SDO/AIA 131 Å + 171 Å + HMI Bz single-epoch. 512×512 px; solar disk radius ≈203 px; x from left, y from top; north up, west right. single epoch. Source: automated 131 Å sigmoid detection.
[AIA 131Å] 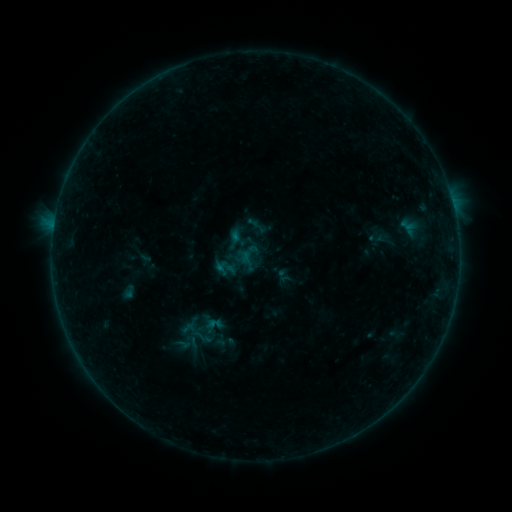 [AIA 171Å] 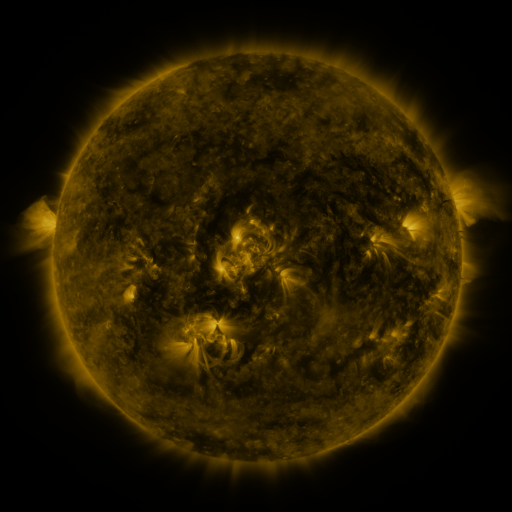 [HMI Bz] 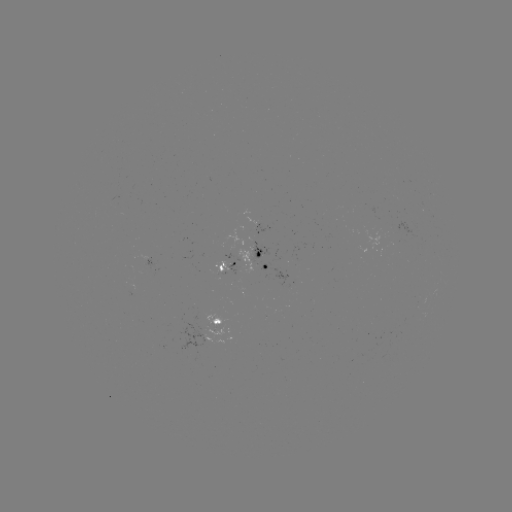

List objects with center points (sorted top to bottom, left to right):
sigmoid: [190, 327, 216, 350]
